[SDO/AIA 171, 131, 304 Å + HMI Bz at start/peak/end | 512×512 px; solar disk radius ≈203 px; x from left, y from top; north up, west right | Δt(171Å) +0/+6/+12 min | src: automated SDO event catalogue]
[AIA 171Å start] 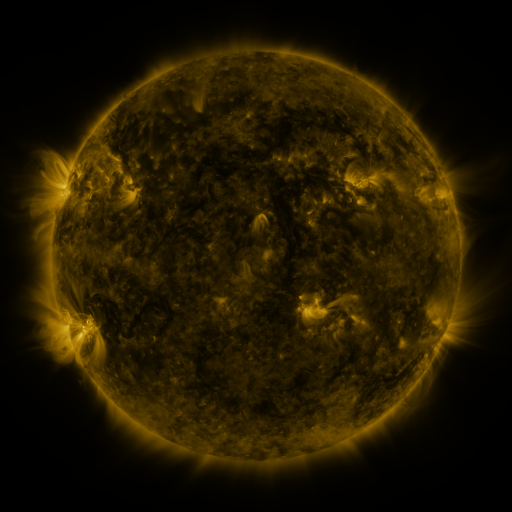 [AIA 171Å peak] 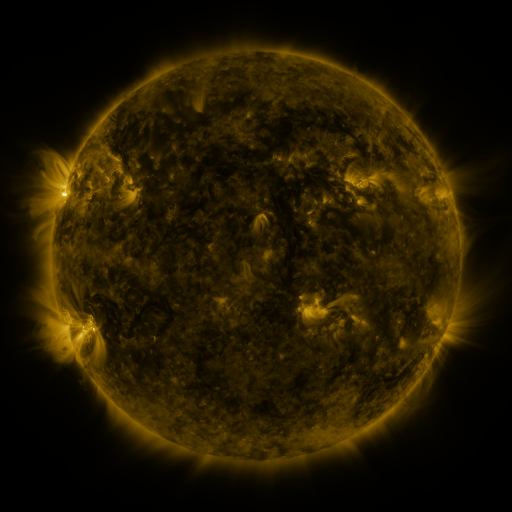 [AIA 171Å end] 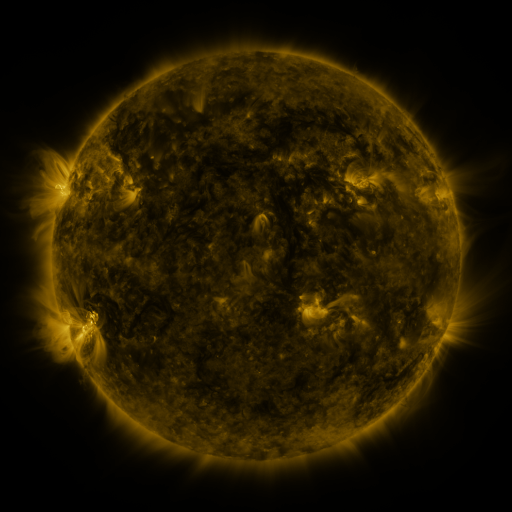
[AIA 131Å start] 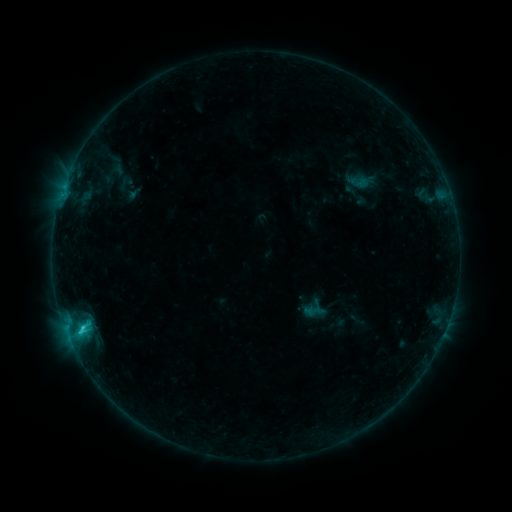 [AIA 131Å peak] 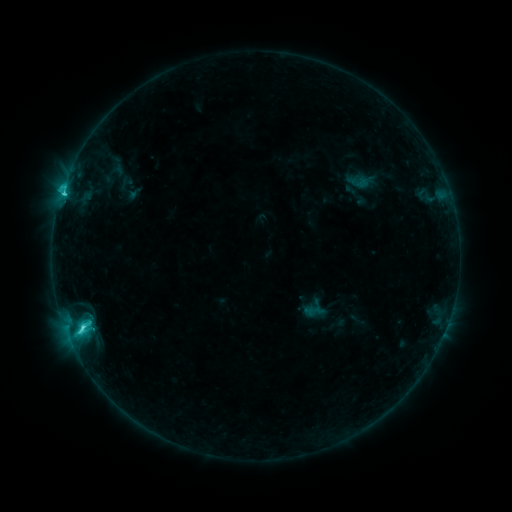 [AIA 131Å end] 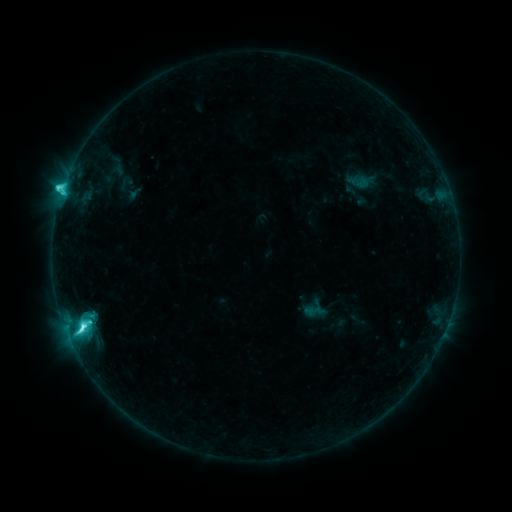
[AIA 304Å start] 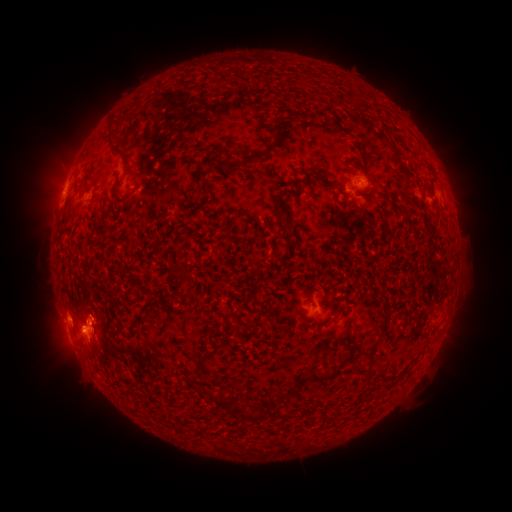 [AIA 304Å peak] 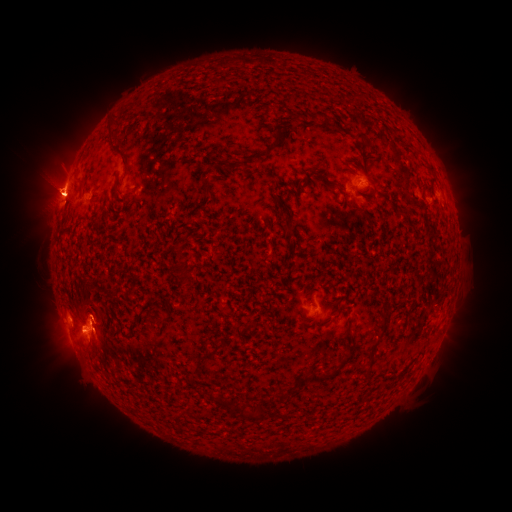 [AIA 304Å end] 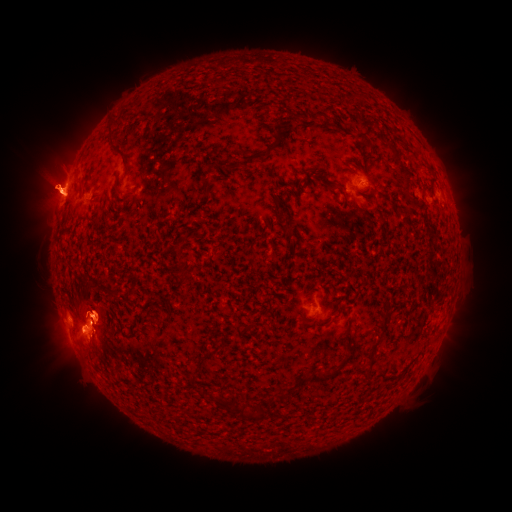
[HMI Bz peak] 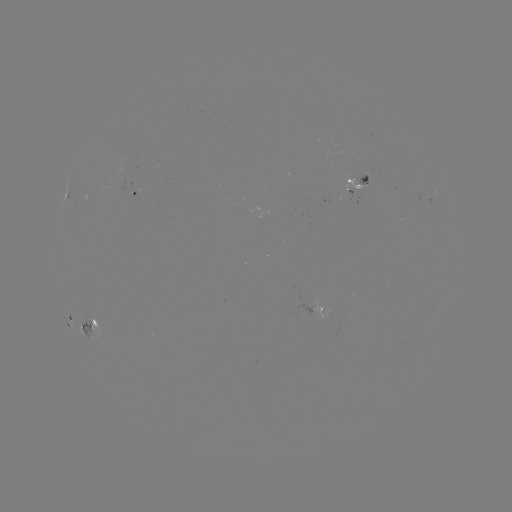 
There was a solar eruption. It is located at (49, 185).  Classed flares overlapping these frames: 1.